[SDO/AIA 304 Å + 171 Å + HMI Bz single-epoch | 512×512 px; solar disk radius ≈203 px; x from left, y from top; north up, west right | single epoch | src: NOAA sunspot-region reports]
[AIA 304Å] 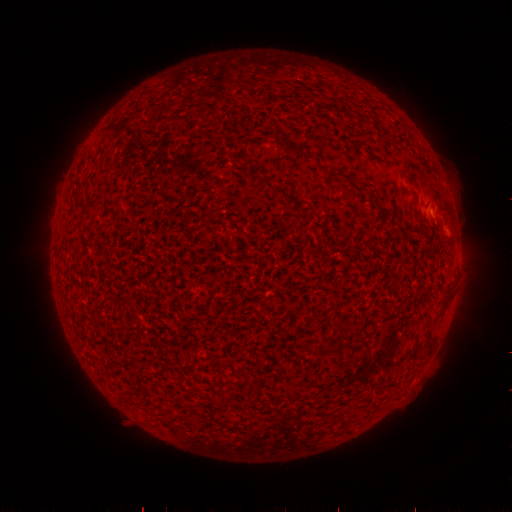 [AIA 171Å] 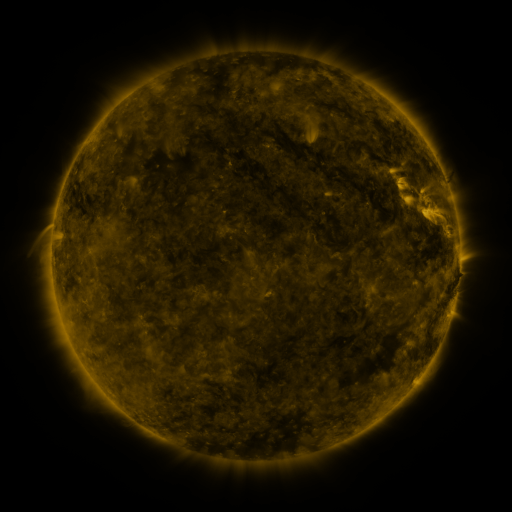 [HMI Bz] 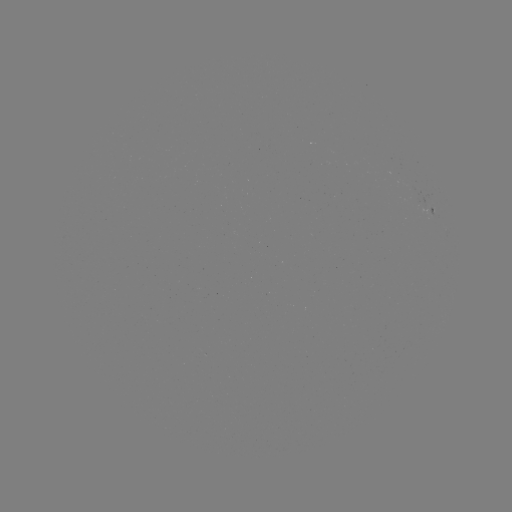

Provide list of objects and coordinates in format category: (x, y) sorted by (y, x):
(none)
